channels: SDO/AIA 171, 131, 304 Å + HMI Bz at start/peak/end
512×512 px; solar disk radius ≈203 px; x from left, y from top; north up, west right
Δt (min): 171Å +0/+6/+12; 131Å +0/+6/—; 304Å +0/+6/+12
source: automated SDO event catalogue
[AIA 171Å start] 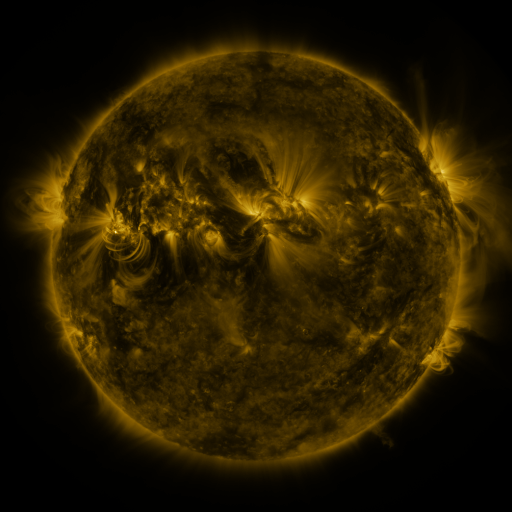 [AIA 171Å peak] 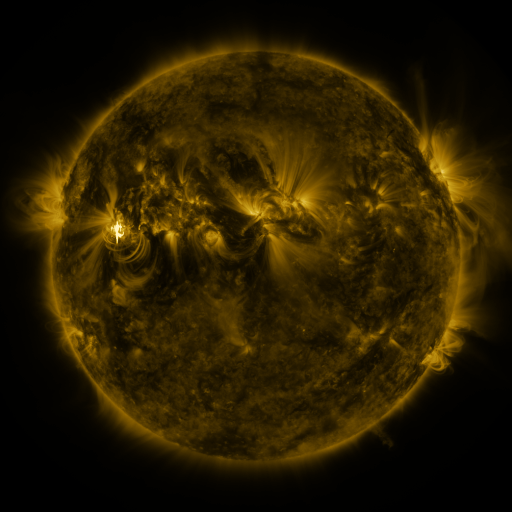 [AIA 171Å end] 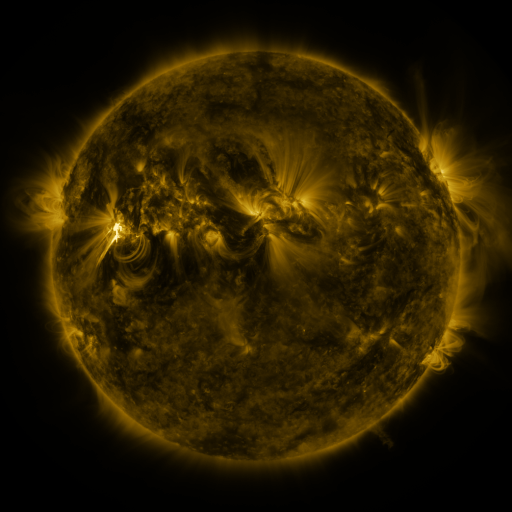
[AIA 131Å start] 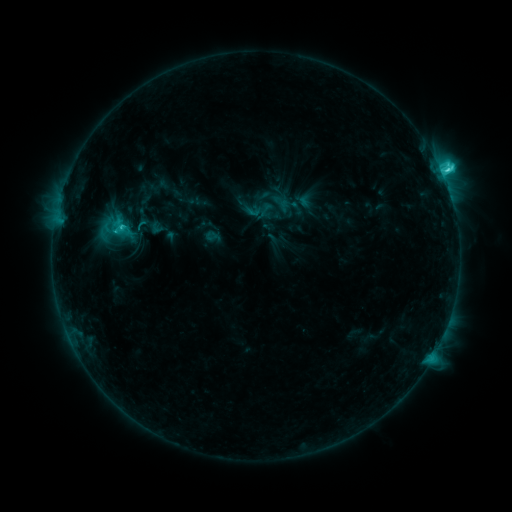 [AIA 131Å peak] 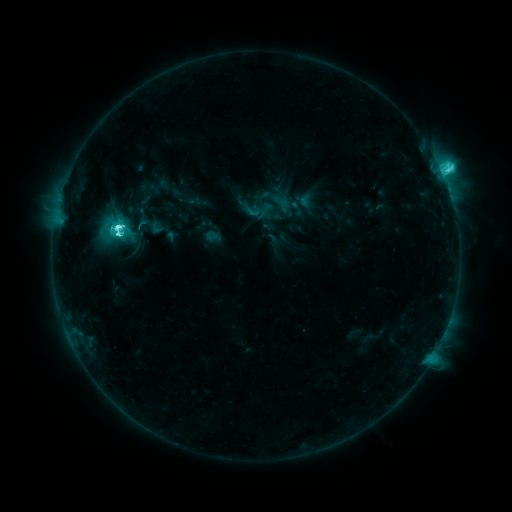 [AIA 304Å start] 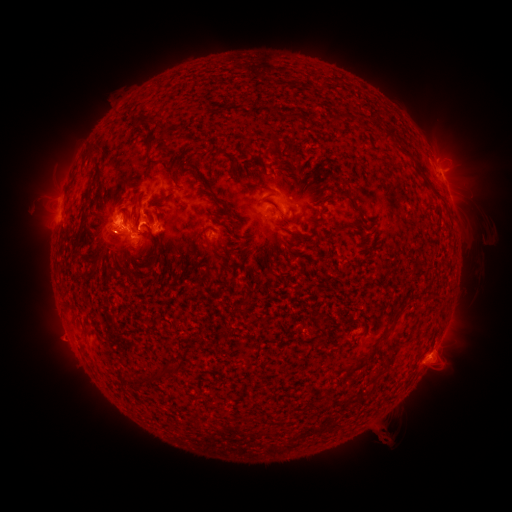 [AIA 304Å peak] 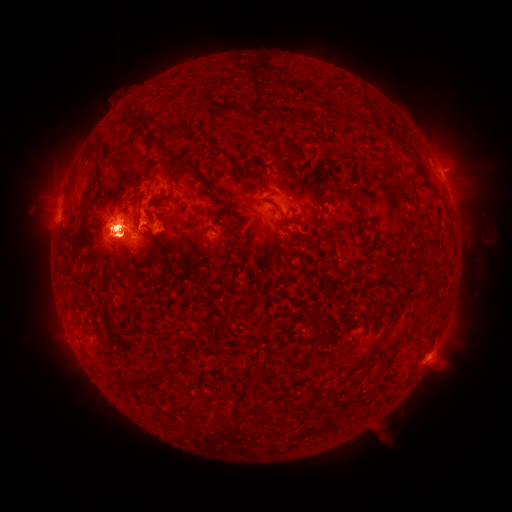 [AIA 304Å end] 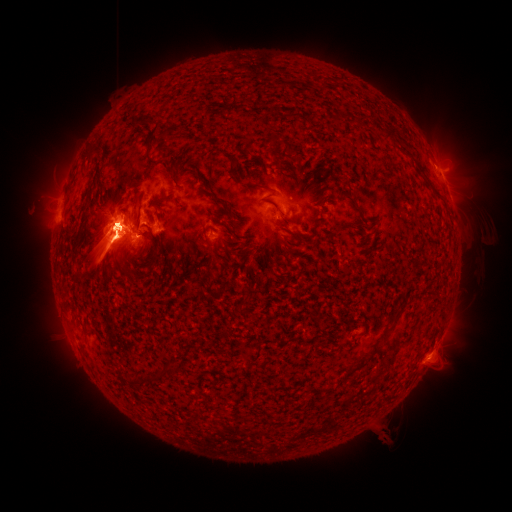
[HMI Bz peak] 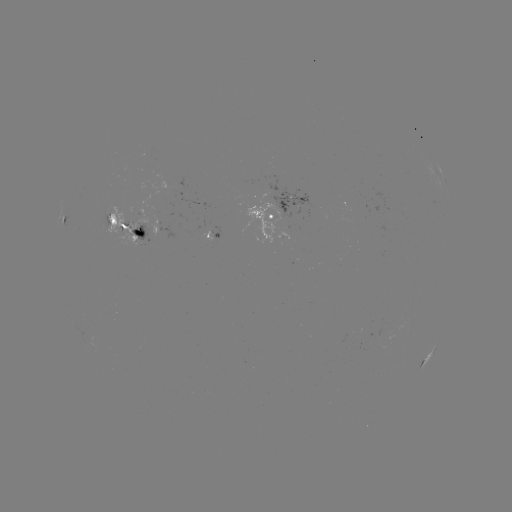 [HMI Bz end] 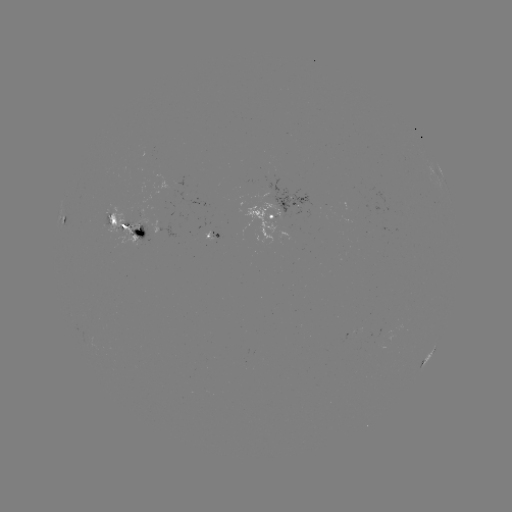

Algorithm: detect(eruption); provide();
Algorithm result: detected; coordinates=114,333